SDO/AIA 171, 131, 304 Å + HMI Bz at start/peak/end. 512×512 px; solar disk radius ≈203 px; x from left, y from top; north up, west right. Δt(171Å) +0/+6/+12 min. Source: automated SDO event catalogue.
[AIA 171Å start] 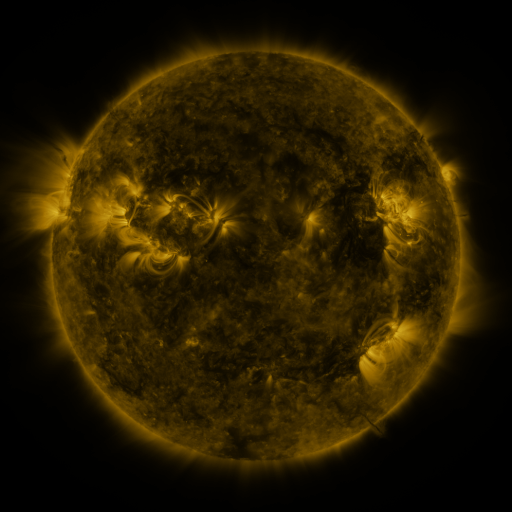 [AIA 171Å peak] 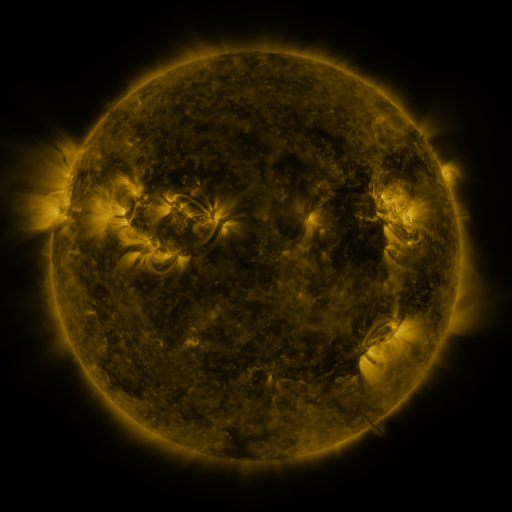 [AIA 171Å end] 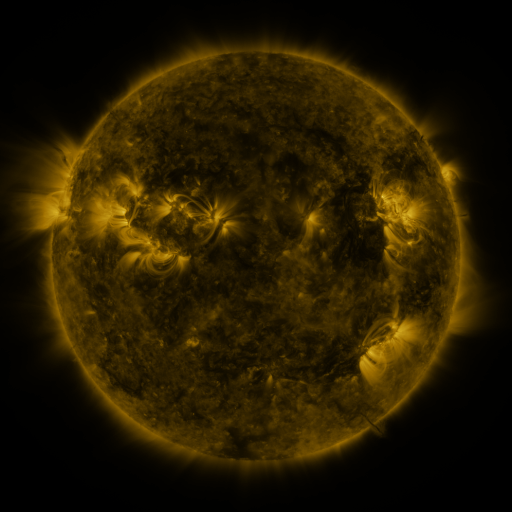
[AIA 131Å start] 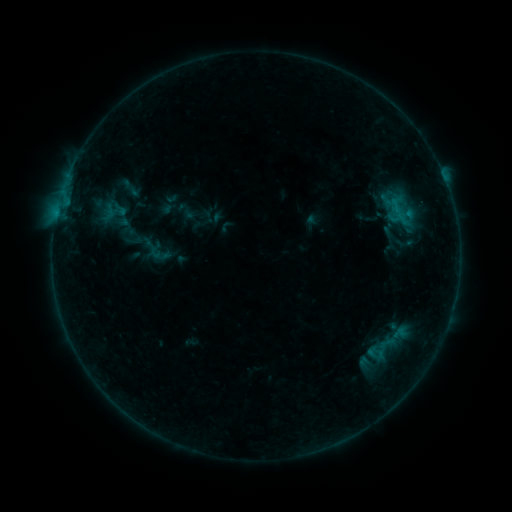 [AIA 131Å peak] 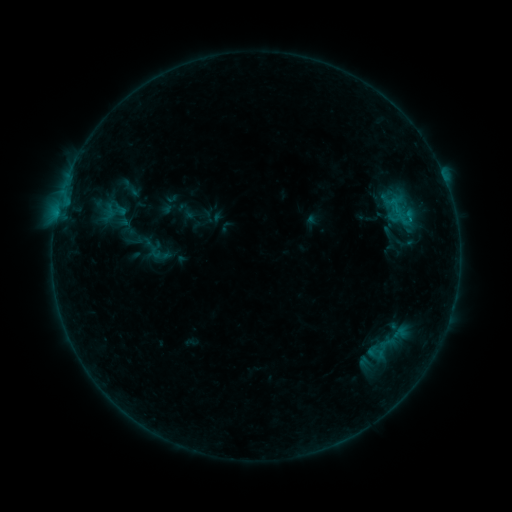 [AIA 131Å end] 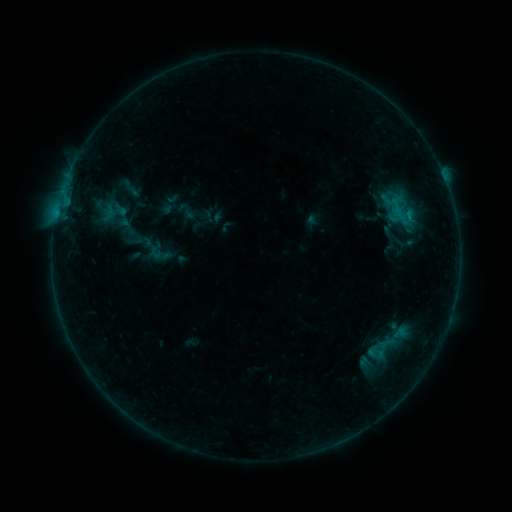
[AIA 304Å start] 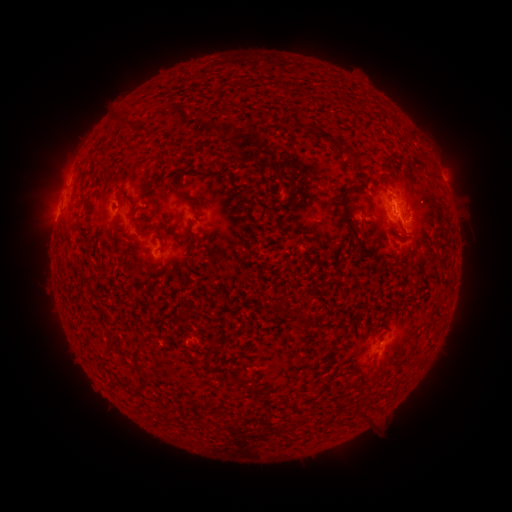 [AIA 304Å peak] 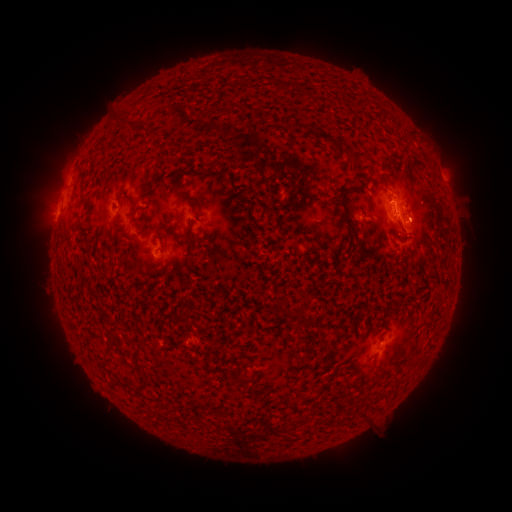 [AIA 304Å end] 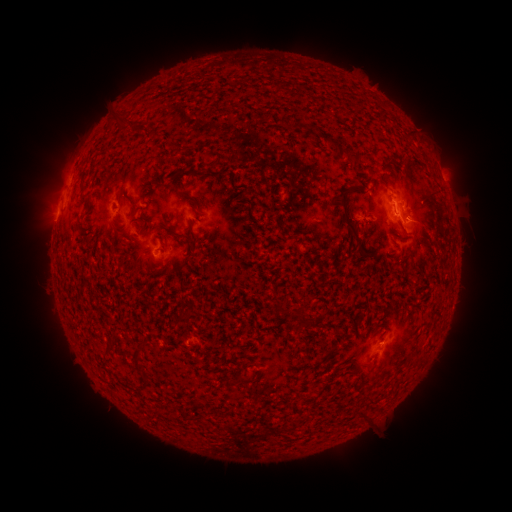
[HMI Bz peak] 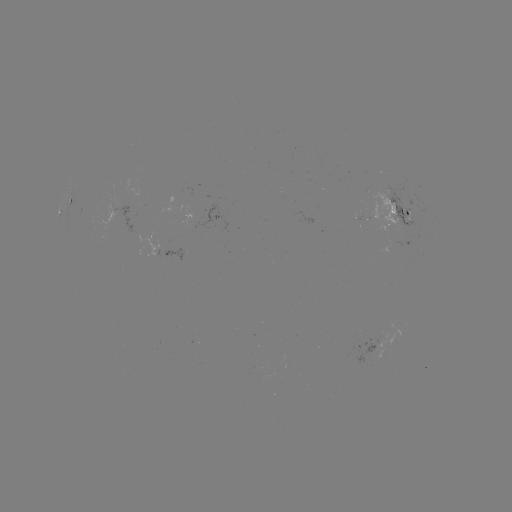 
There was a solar flare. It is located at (409, 222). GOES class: B4.4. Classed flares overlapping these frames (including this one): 1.